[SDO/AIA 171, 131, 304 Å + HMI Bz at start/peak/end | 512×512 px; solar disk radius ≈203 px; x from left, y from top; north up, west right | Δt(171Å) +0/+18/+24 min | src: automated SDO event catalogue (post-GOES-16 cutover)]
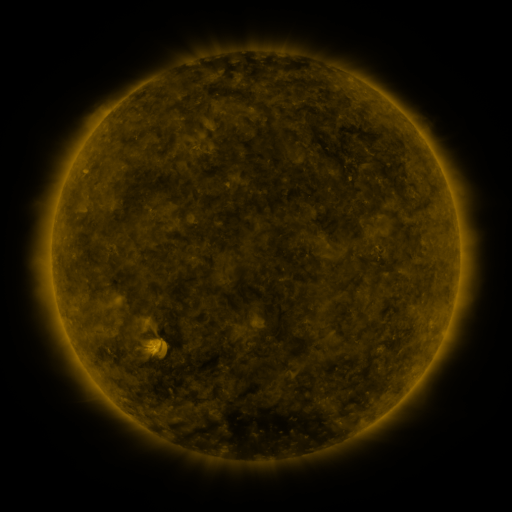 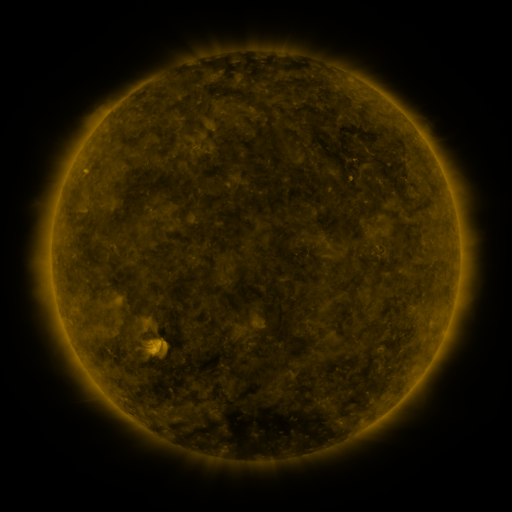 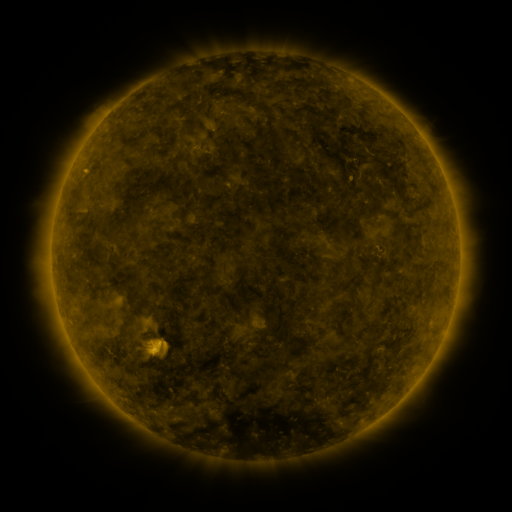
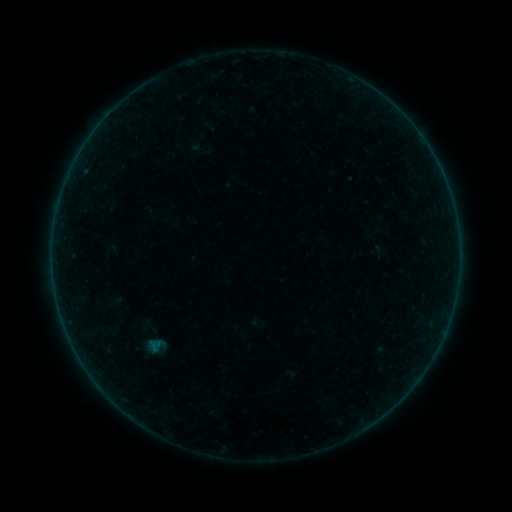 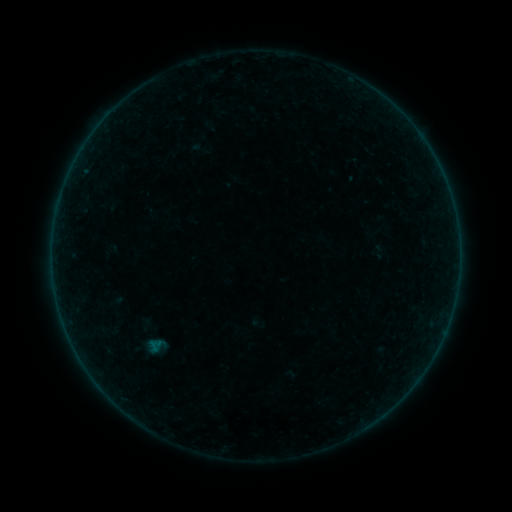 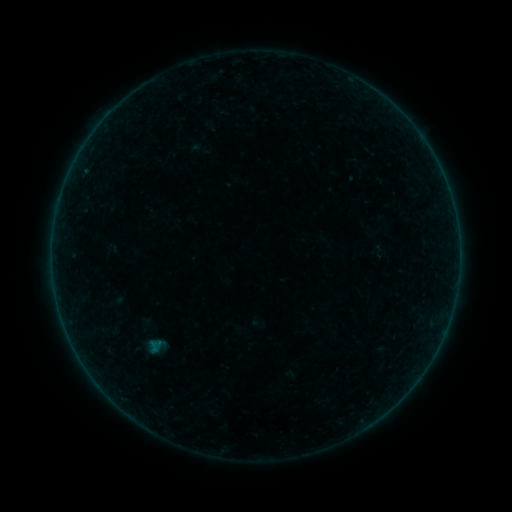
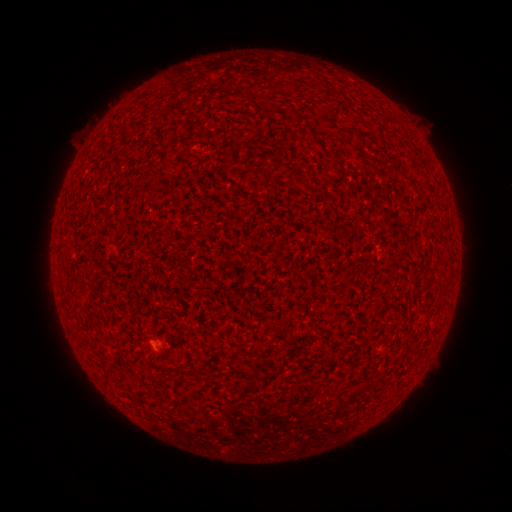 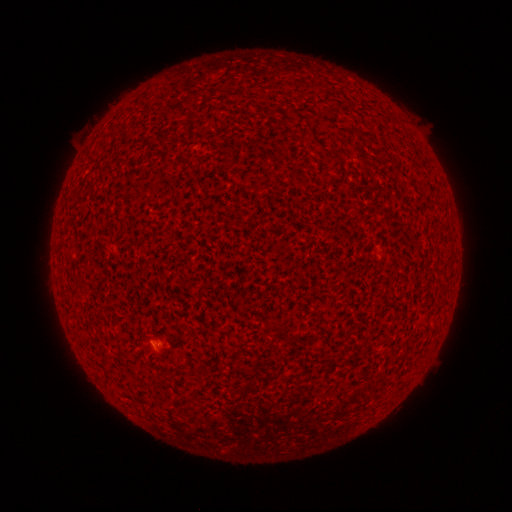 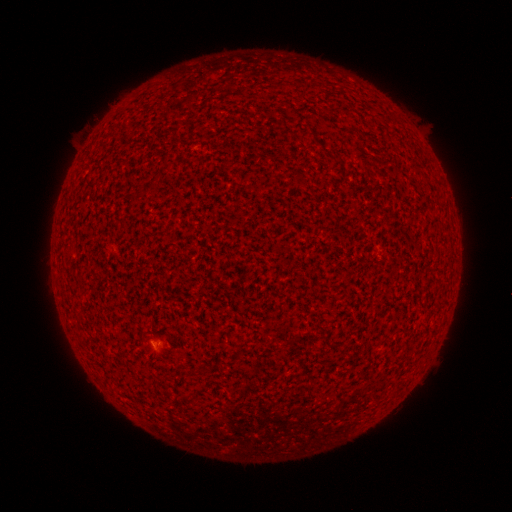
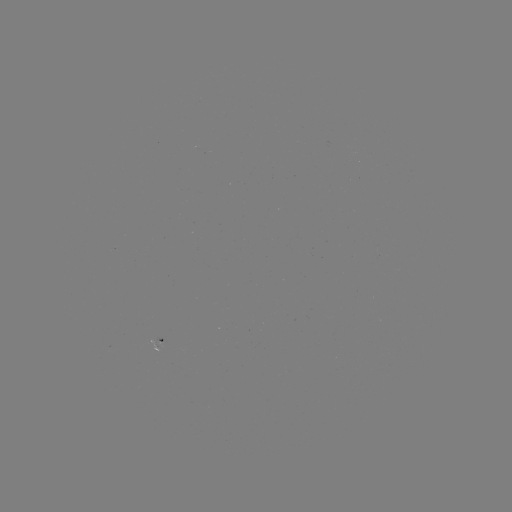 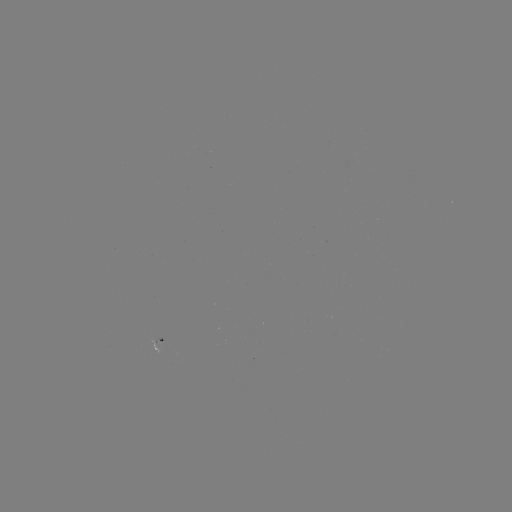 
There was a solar flare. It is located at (153, 342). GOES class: A1.9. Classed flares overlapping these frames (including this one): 2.